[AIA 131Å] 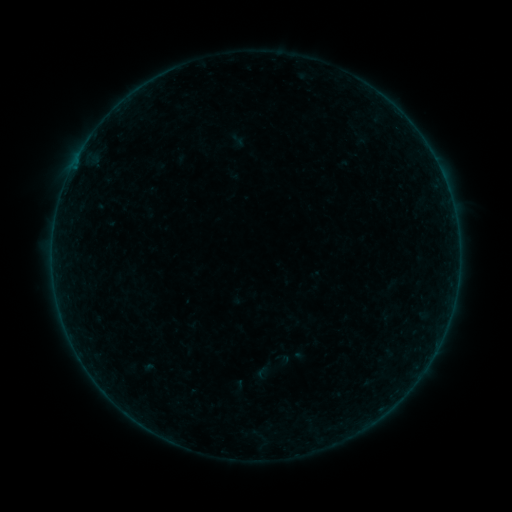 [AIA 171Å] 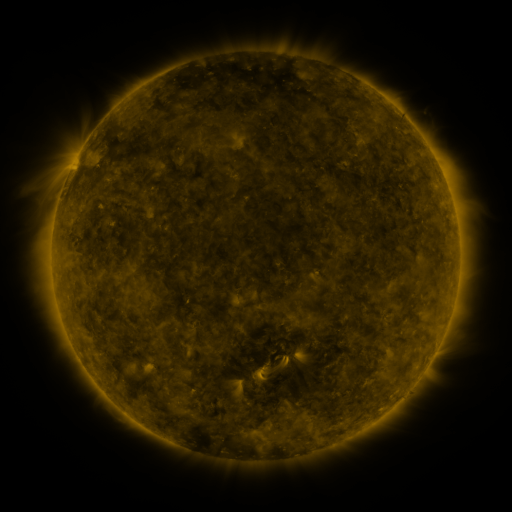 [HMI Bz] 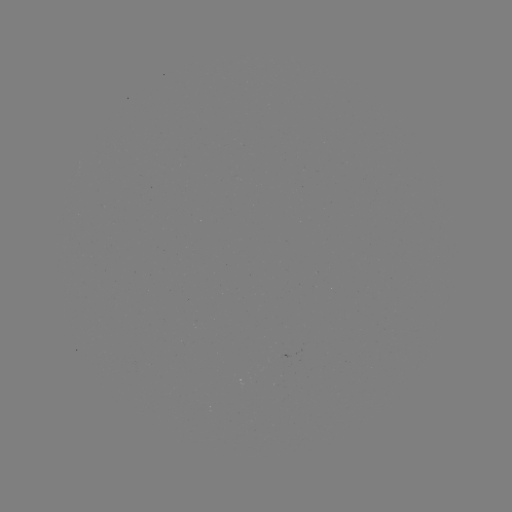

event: sigmoid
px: (281, 363)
